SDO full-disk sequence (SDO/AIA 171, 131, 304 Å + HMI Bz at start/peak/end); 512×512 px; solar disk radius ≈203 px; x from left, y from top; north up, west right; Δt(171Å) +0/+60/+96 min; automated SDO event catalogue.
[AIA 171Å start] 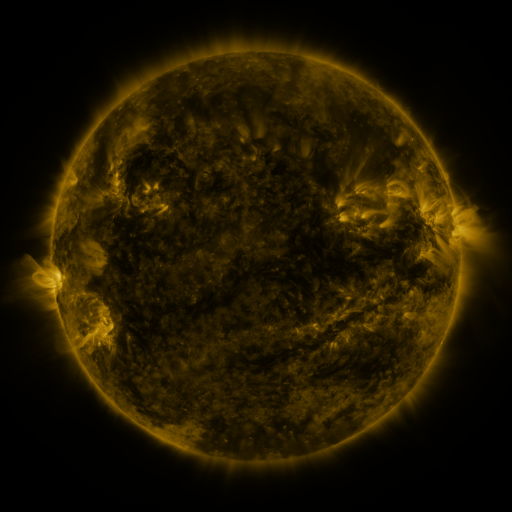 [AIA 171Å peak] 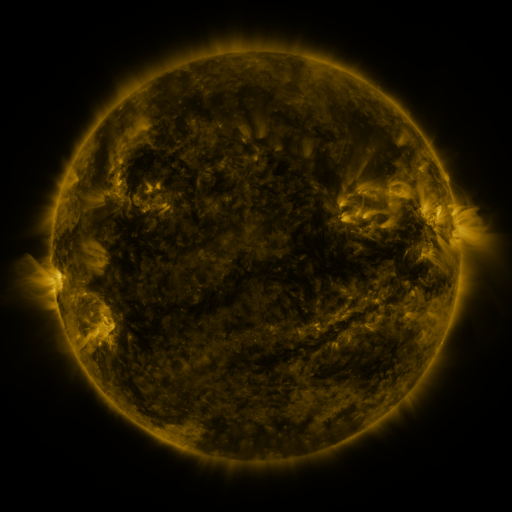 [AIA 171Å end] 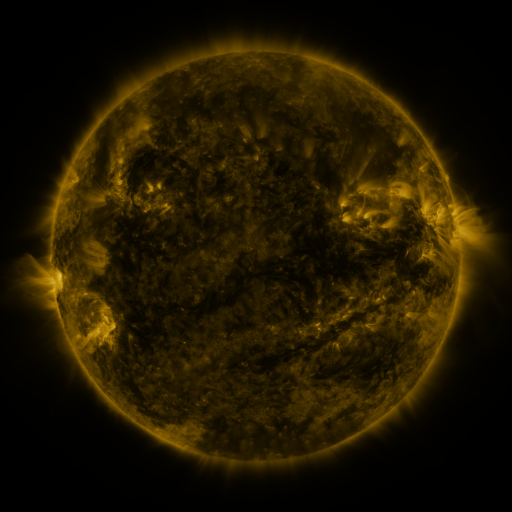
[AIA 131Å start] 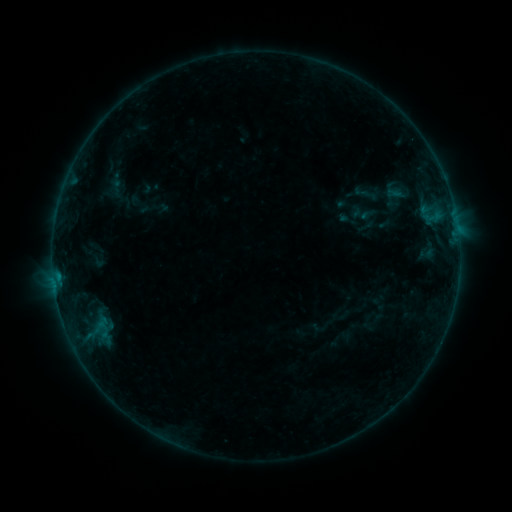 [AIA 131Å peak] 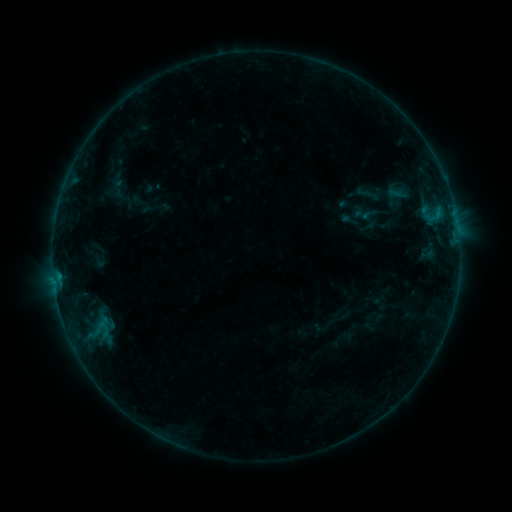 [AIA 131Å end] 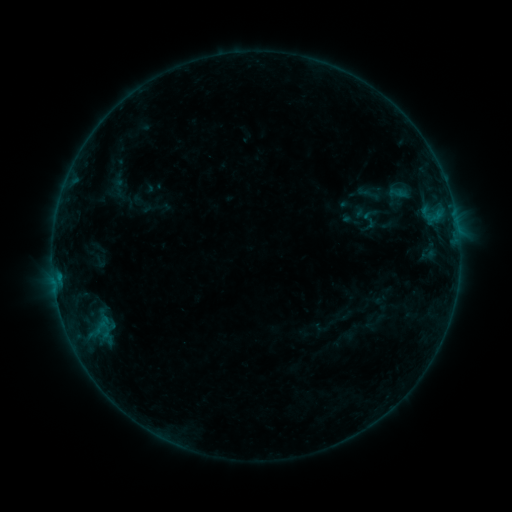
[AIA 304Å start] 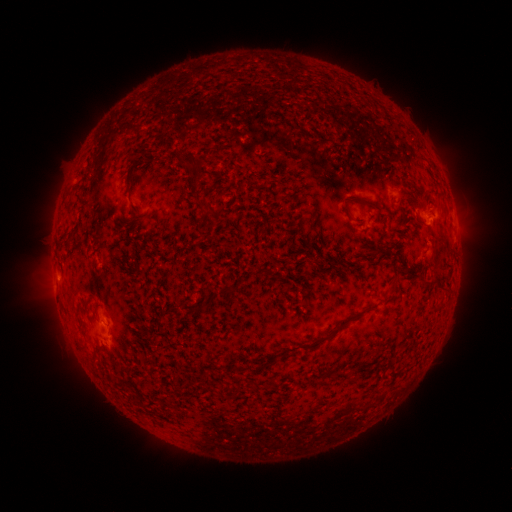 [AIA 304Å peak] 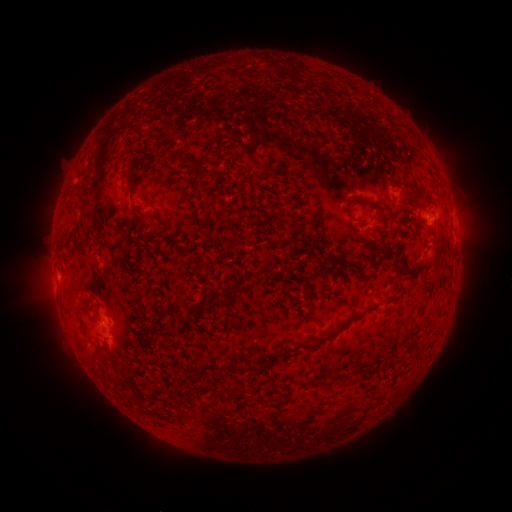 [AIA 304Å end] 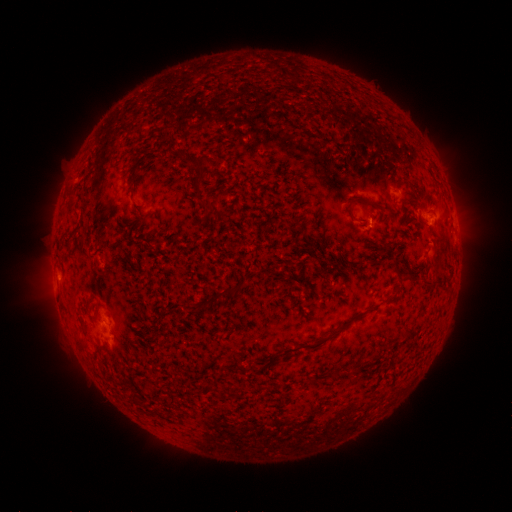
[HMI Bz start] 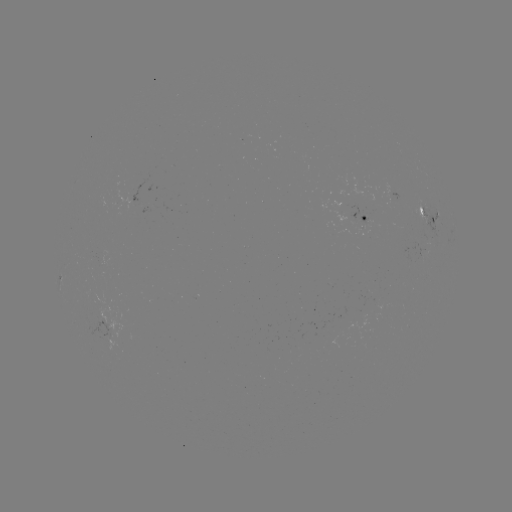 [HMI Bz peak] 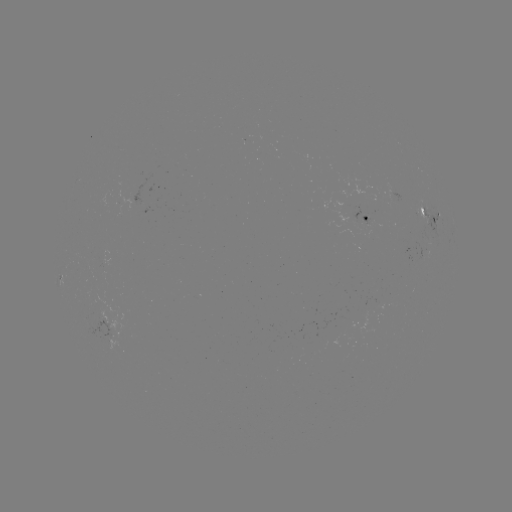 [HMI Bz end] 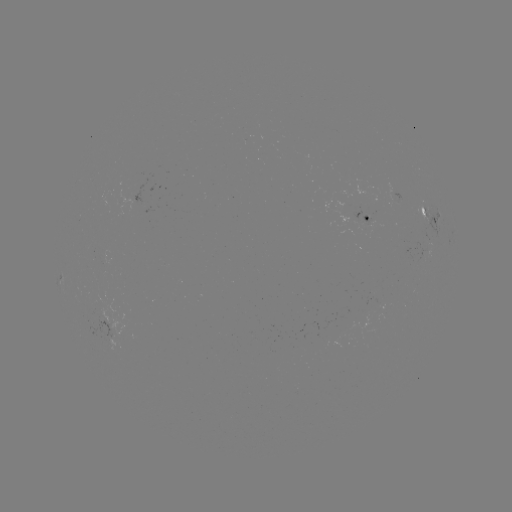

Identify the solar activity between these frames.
emerging-flux region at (368, 221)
